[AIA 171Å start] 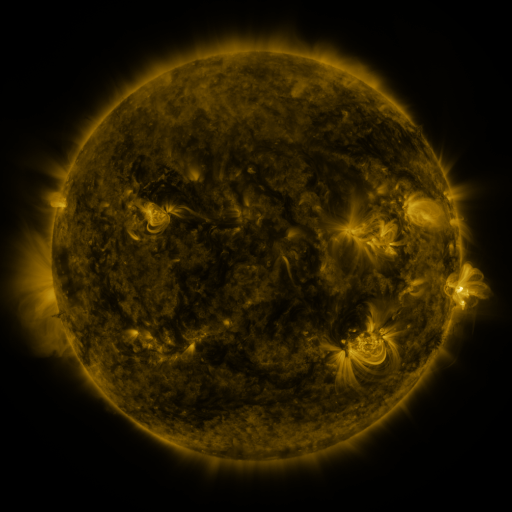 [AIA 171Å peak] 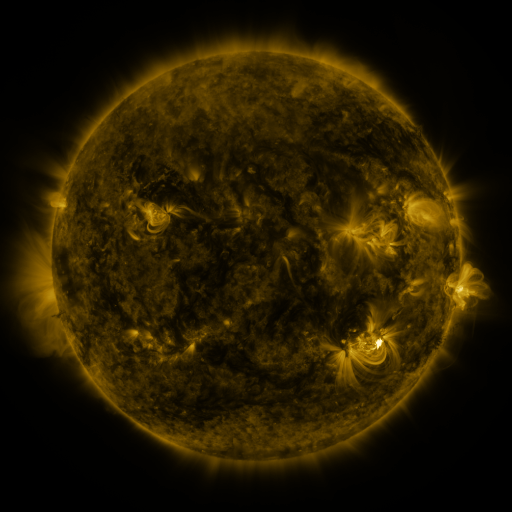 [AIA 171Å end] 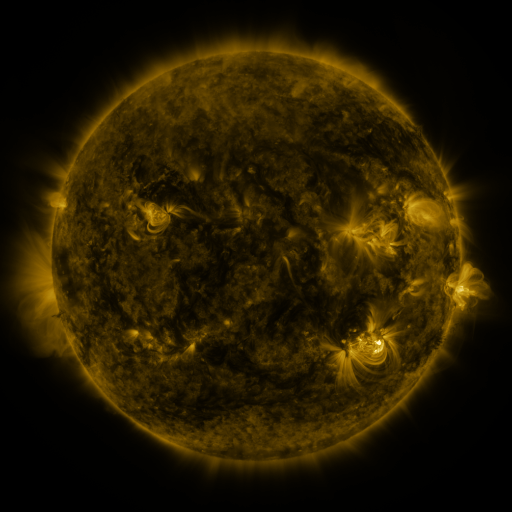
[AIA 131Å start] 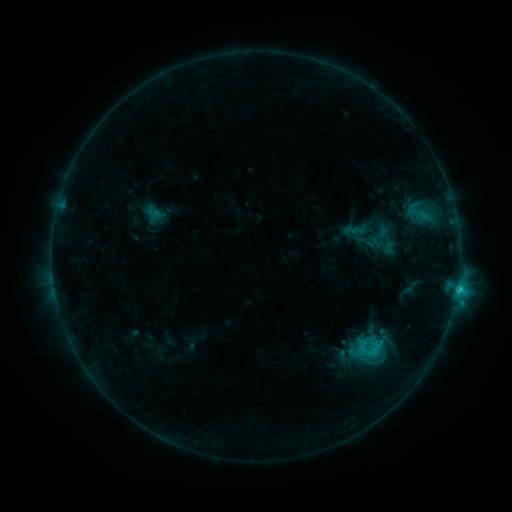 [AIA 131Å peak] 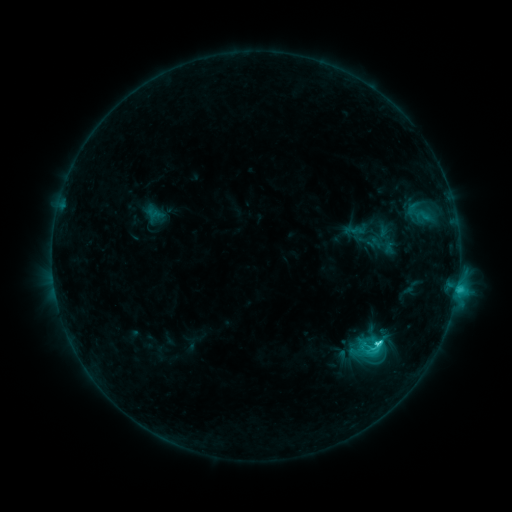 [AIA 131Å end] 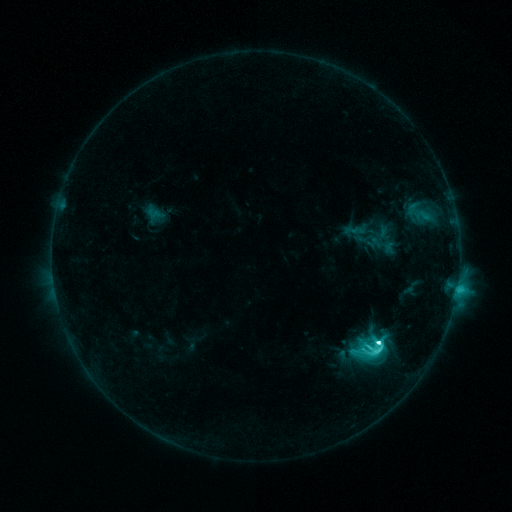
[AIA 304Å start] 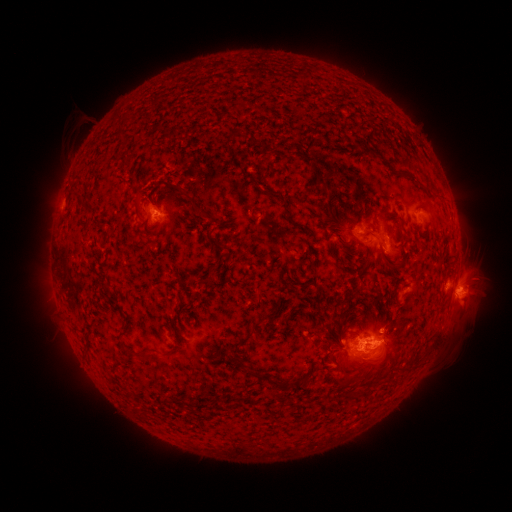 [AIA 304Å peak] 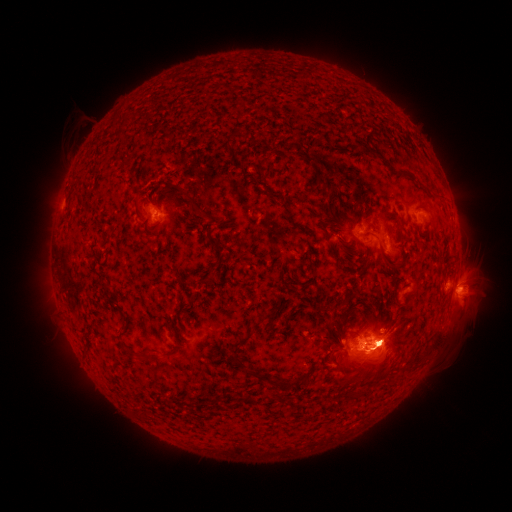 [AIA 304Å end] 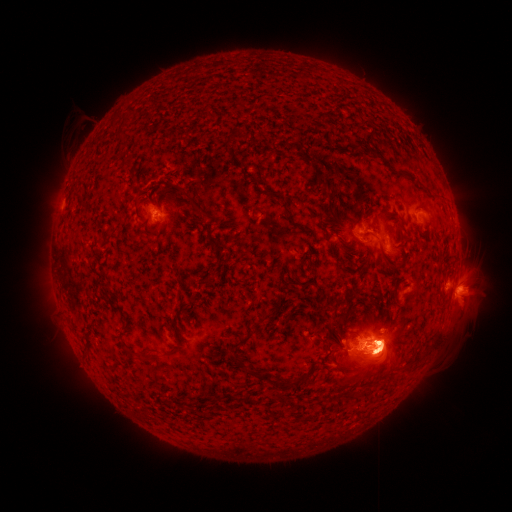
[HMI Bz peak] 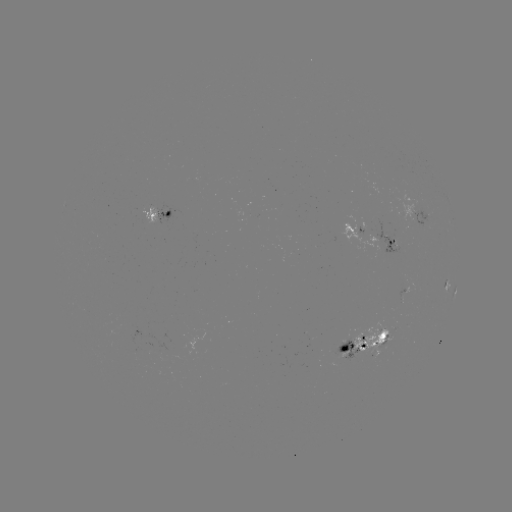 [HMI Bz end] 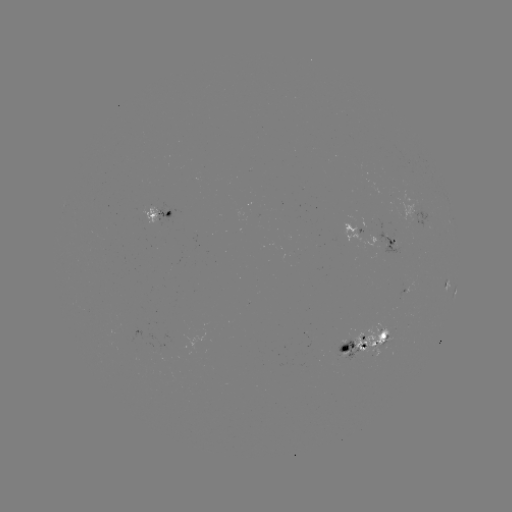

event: flare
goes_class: M1.6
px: (376, 342)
